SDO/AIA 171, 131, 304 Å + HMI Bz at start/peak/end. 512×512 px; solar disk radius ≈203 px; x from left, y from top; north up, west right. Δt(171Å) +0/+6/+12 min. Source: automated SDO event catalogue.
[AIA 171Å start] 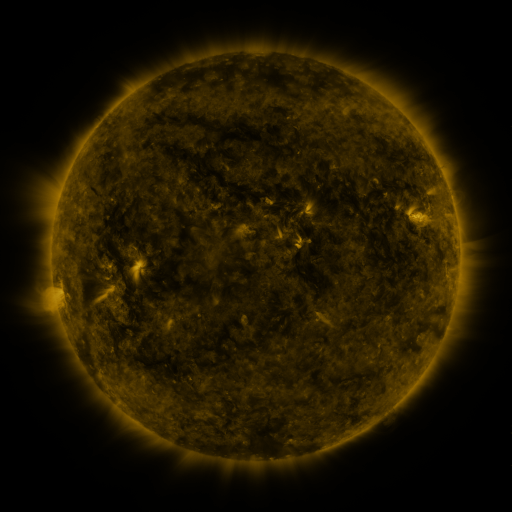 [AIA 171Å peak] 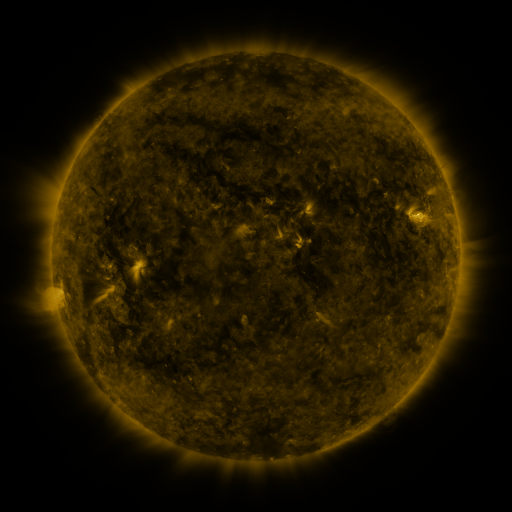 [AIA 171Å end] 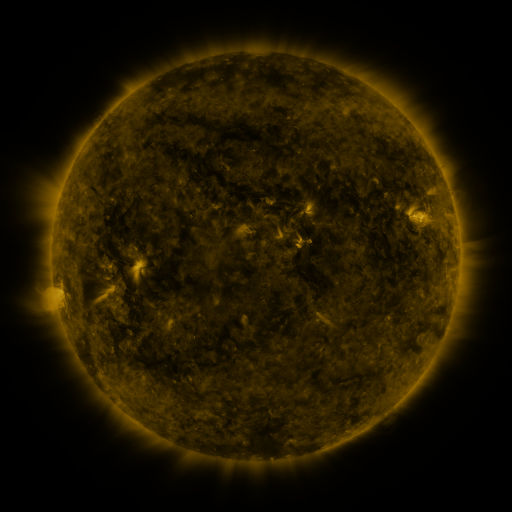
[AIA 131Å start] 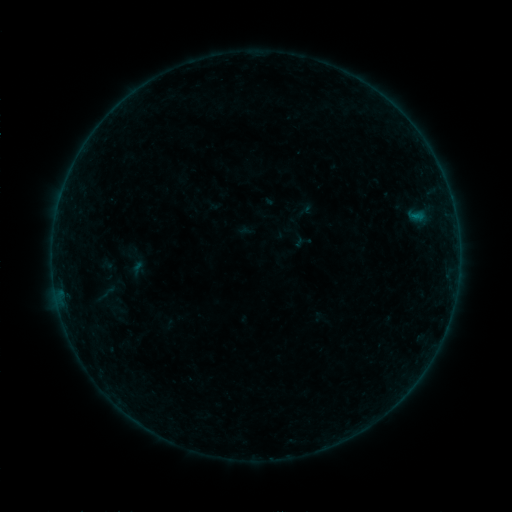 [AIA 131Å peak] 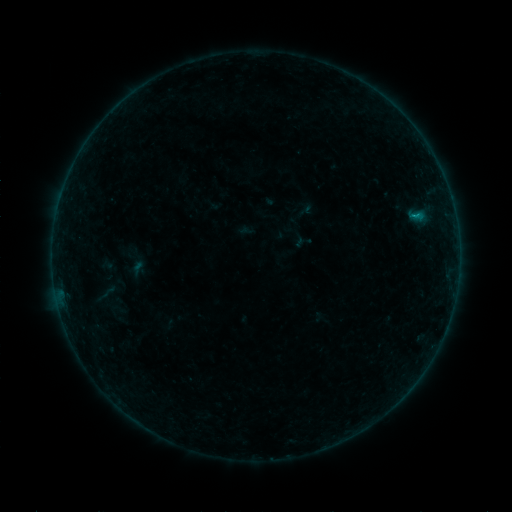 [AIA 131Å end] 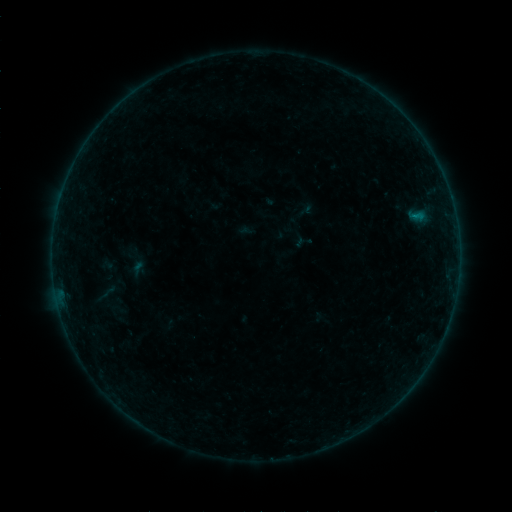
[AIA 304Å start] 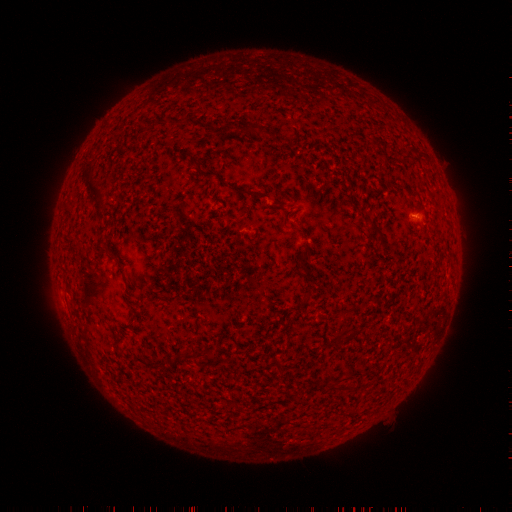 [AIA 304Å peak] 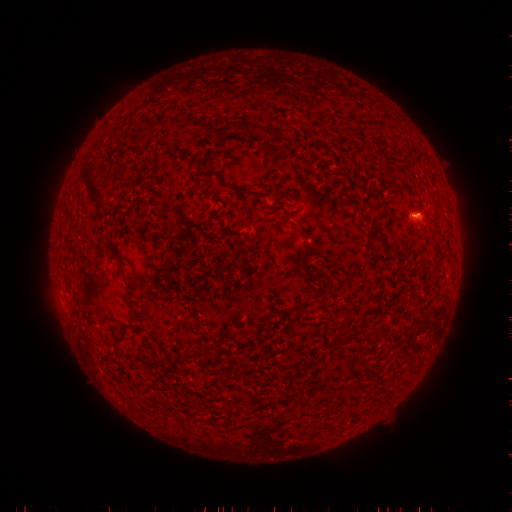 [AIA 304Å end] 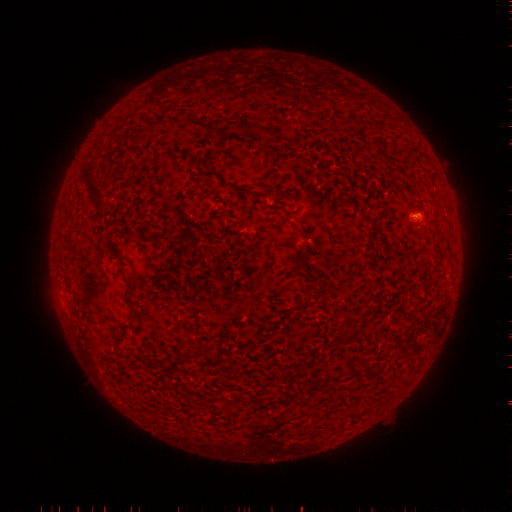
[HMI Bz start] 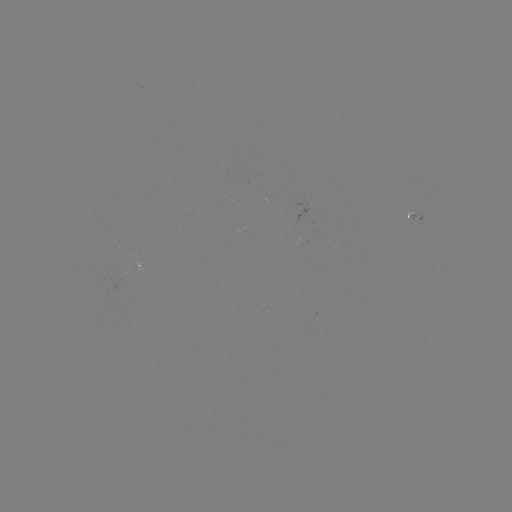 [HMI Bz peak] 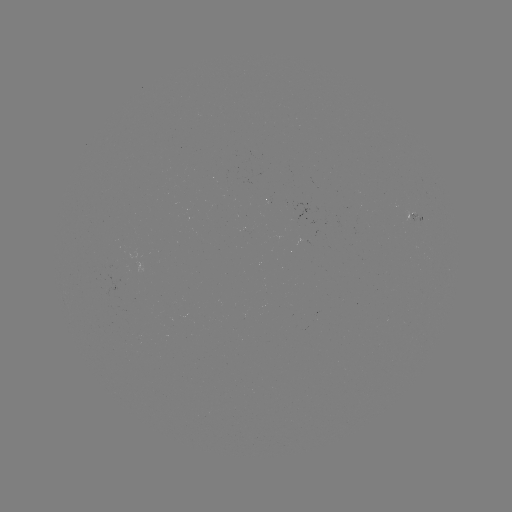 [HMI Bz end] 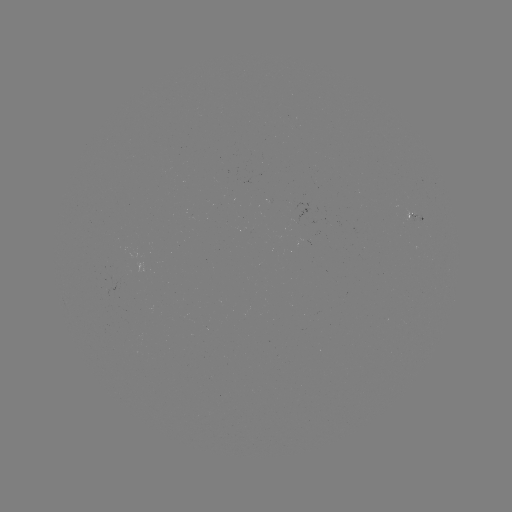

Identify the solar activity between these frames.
B1.6 flare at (412, 218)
